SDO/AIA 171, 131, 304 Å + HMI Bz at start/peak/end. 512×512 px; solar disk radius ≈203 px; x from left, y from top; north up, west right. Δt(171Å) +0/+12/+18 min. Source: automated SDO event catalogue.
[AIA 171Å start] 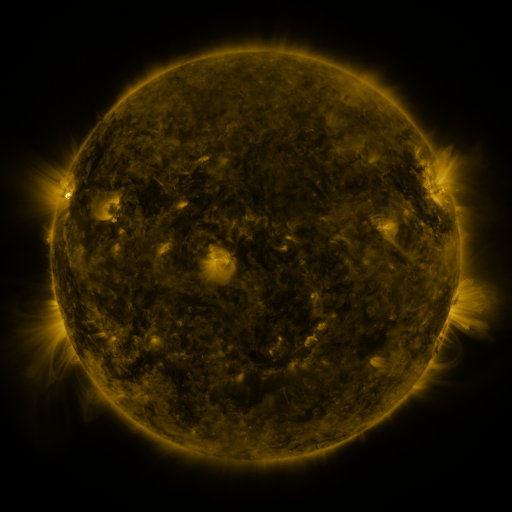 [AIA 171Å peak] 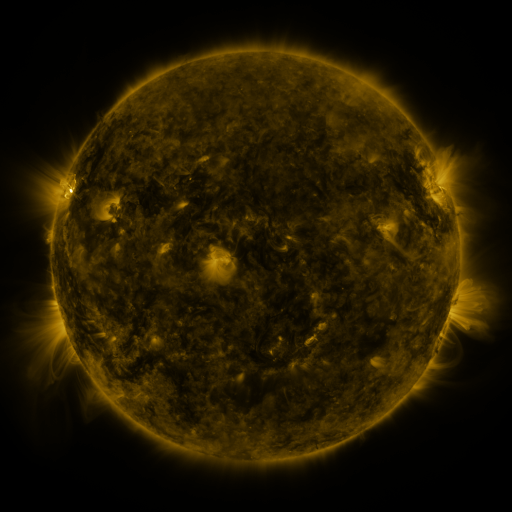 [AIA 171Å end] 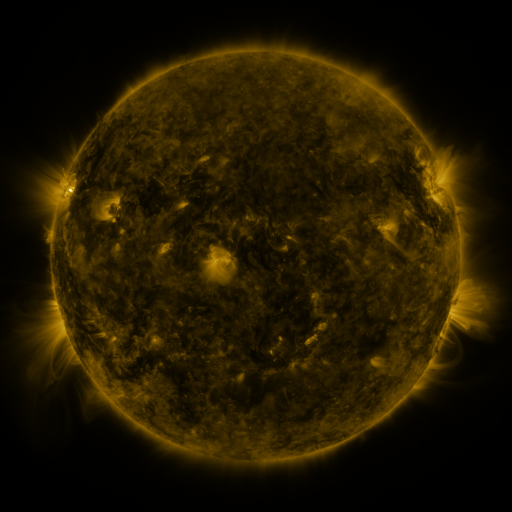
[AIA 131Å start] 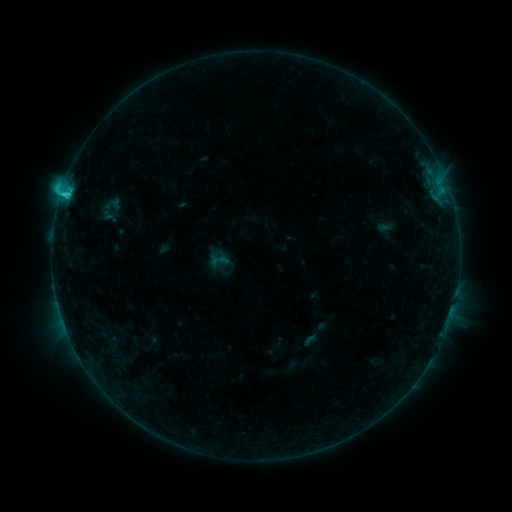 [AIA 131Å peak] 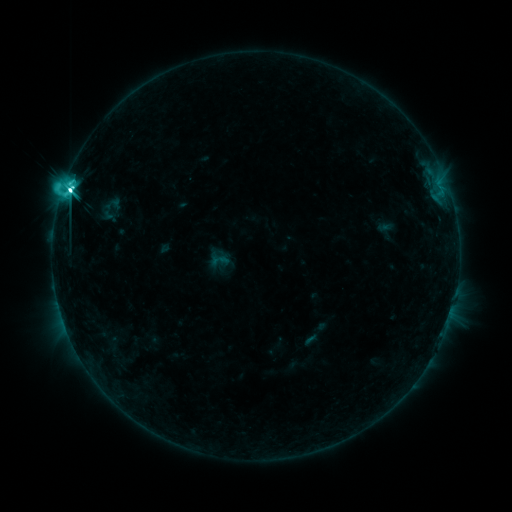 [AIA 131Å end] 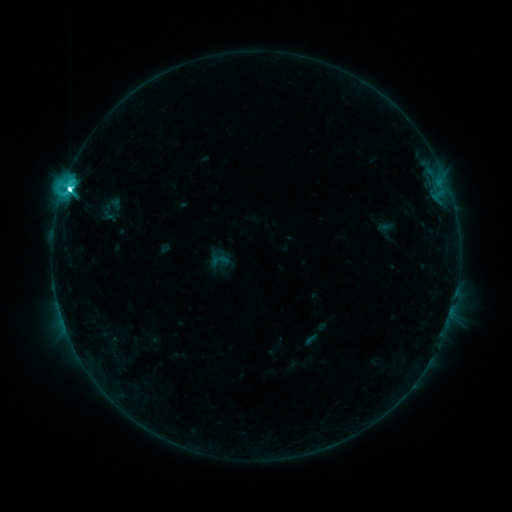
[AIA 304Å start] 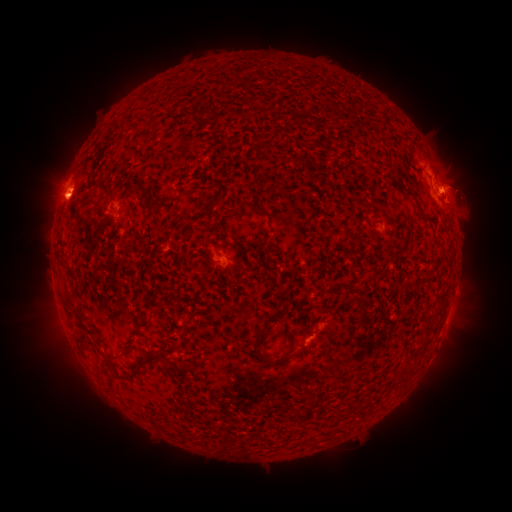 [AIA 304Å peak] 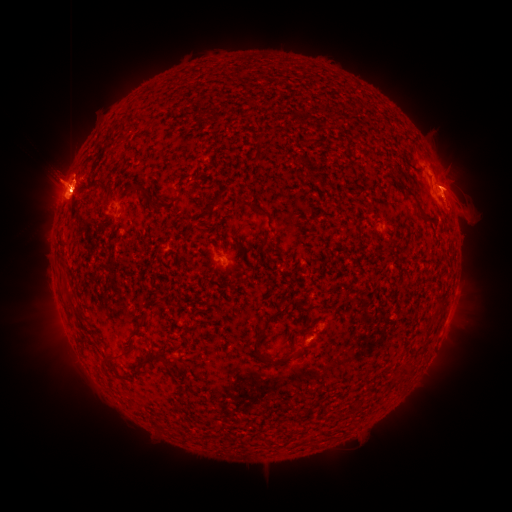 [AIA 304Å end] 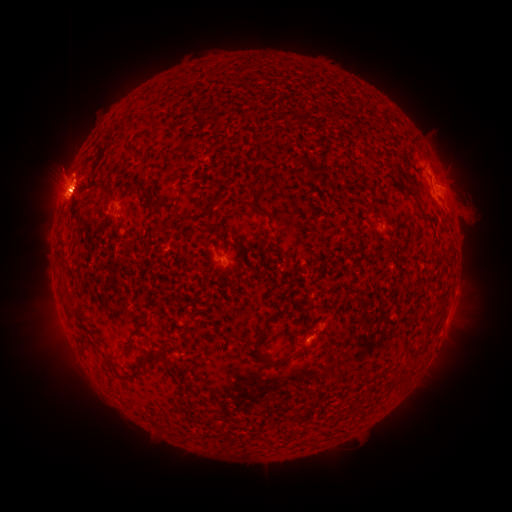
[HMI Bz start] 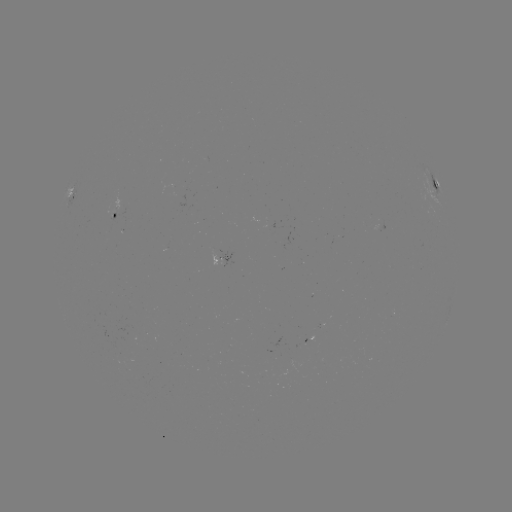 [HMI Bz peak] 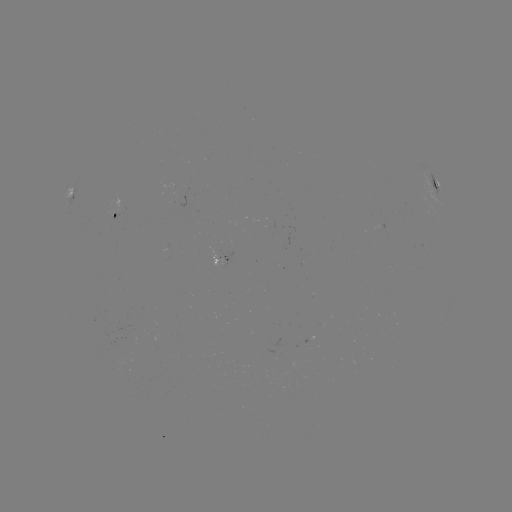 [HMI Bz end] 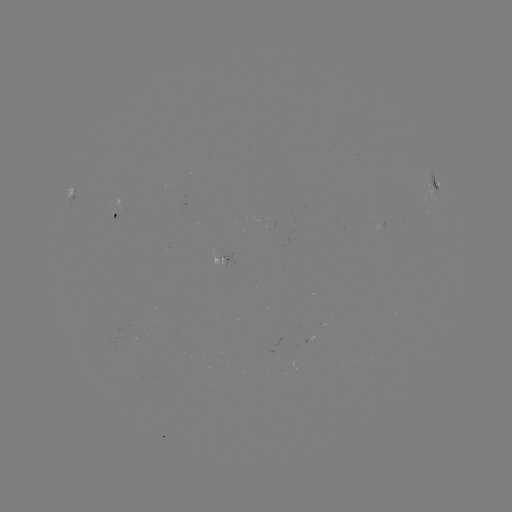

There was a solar flare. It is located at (72, 193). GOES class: M1.3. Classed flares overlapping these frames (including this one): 1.